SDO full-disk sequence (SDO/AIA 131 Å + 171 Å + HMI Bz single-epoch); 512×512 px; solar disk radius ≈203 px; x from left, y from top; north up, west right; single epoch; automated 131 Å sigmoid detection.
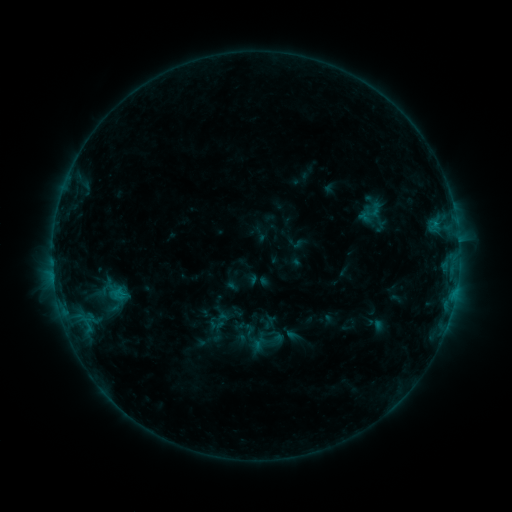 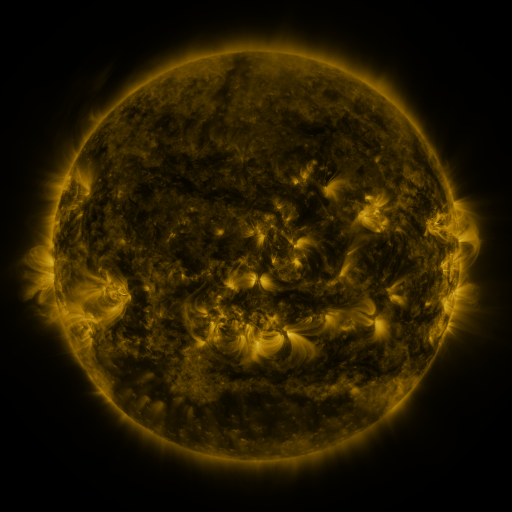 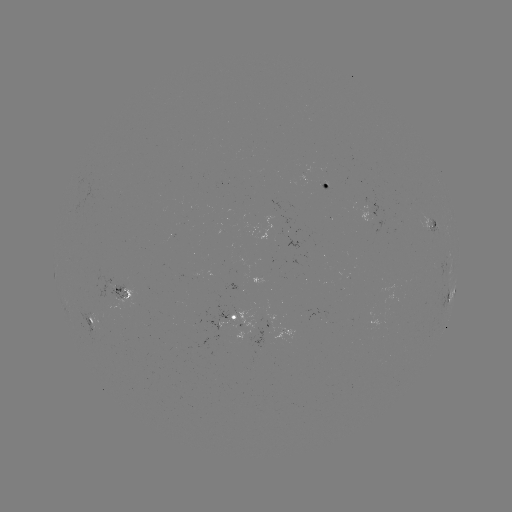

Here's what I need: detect sigmoid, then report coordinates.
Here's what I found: sigmoid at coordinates [370, 214].